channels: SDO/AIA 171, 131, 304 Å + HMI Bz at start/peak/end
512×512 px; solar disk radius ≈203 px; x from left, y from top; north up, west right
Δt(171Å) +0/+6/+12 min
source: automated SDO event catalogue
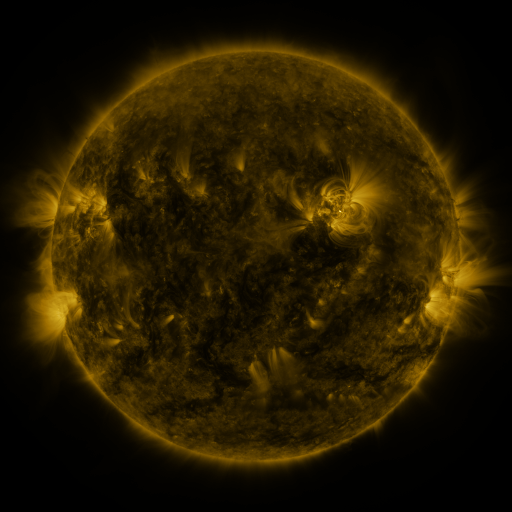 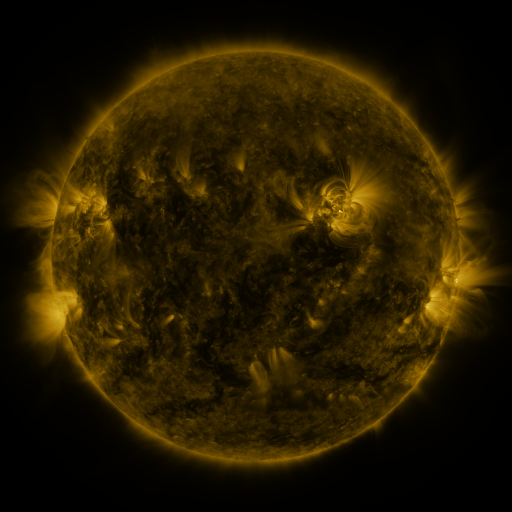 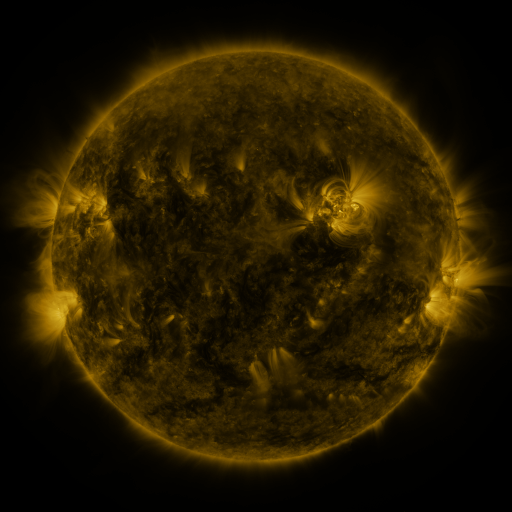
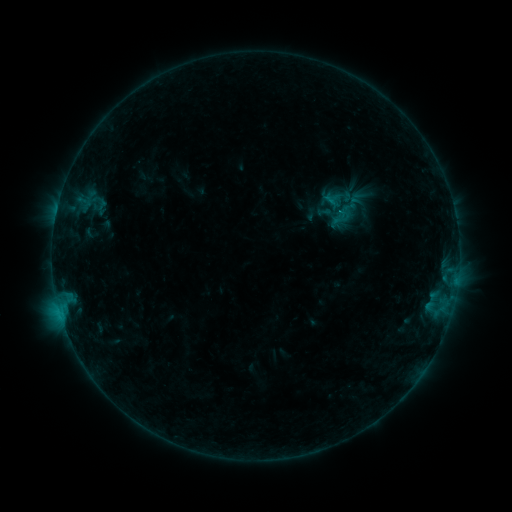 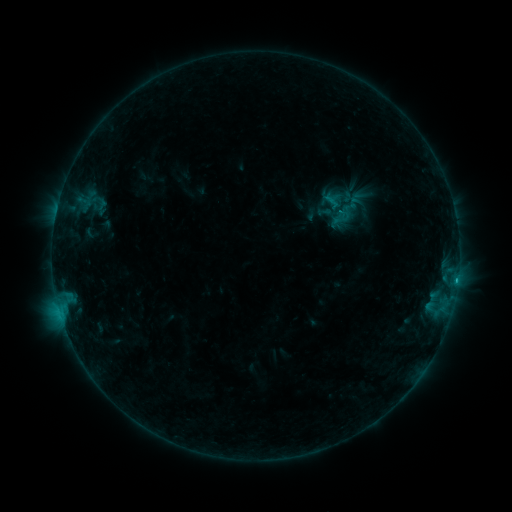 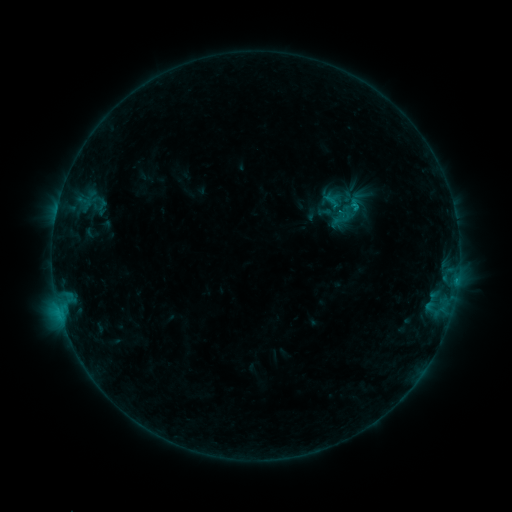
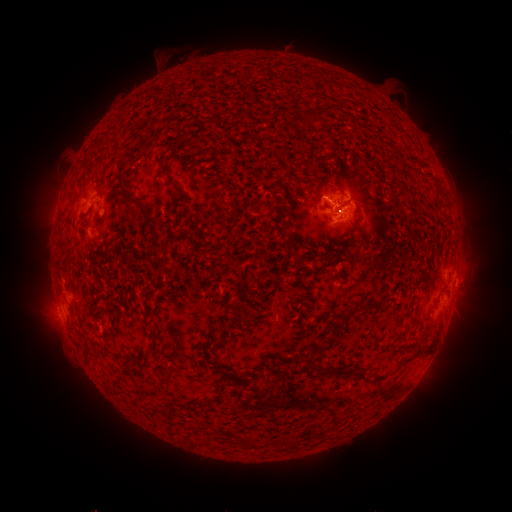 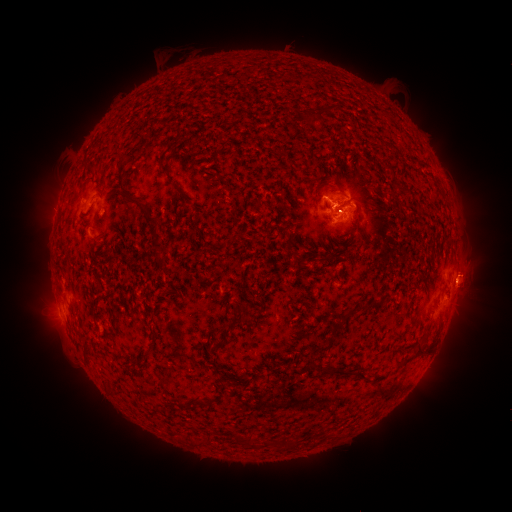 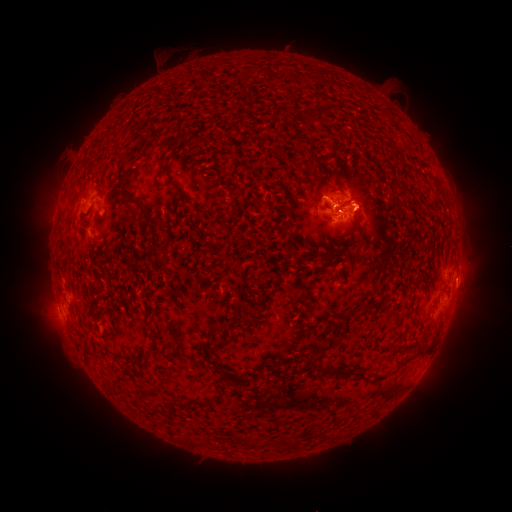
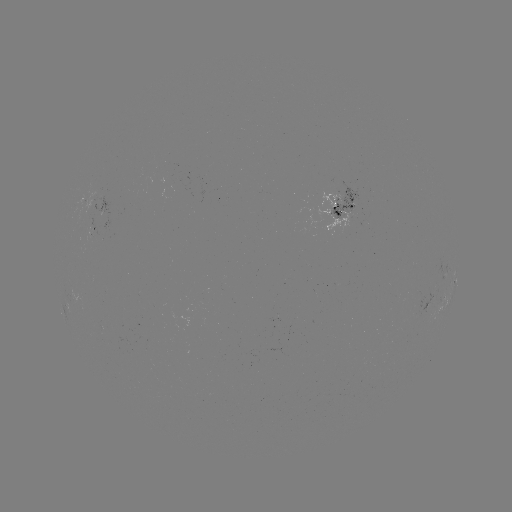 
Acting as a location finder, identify eruption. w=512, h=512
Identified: [470, 274].